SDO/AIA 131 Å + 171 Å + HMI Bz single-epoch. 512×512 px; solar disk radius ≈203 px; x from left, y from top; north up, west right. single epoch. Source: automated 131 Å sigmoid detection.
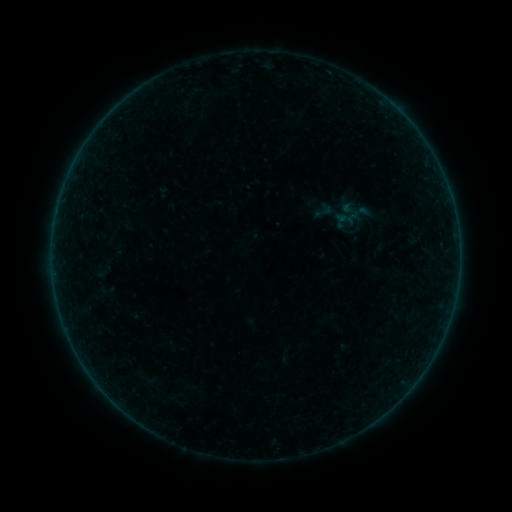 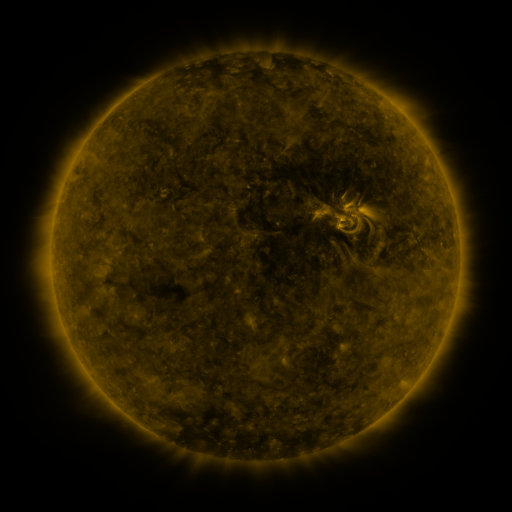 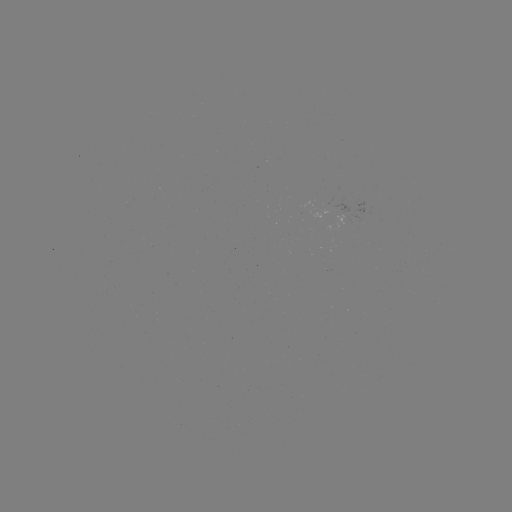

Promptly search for sigmoid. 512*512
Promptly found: (324, 211).